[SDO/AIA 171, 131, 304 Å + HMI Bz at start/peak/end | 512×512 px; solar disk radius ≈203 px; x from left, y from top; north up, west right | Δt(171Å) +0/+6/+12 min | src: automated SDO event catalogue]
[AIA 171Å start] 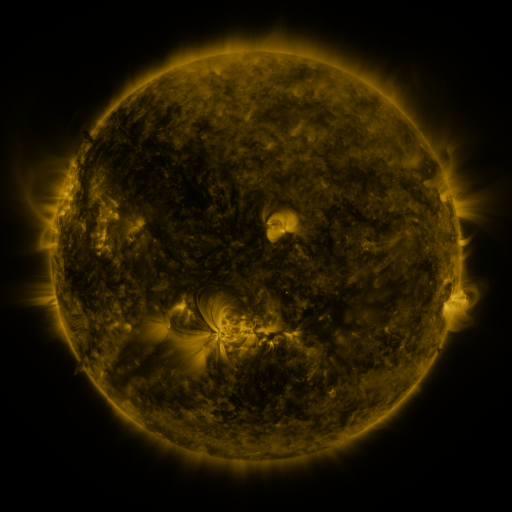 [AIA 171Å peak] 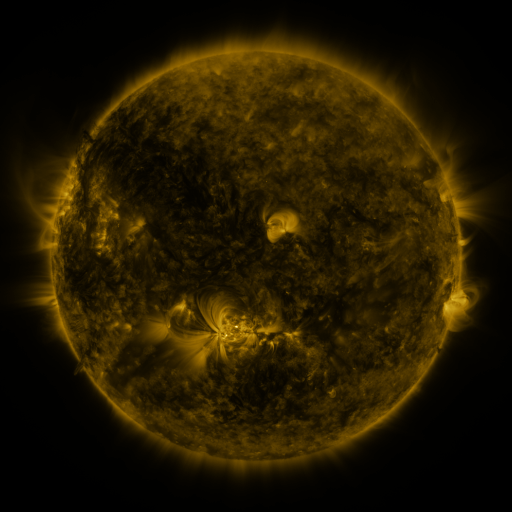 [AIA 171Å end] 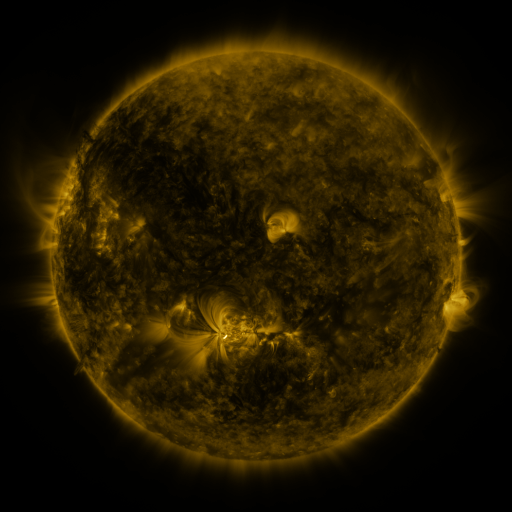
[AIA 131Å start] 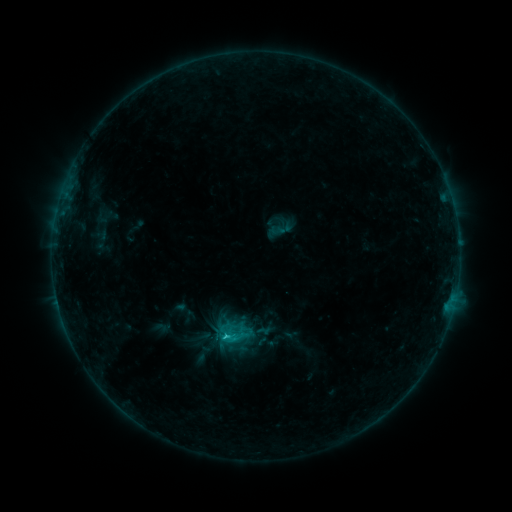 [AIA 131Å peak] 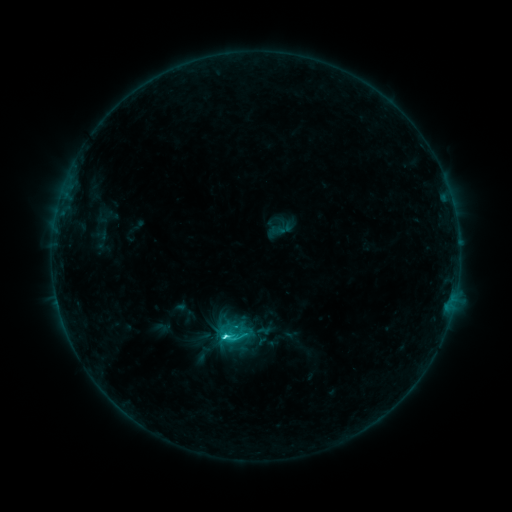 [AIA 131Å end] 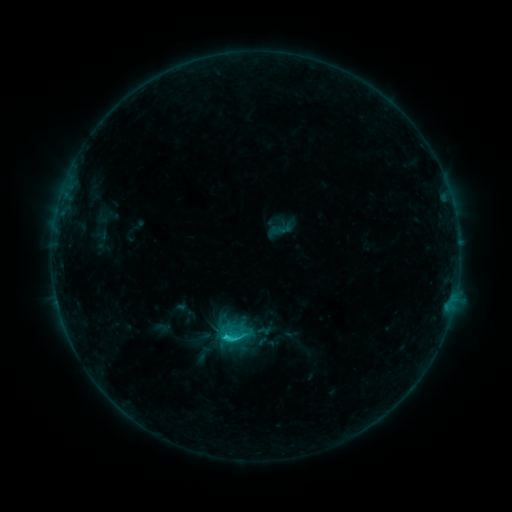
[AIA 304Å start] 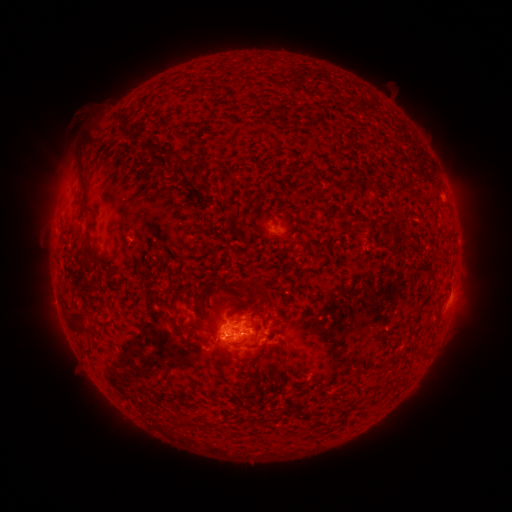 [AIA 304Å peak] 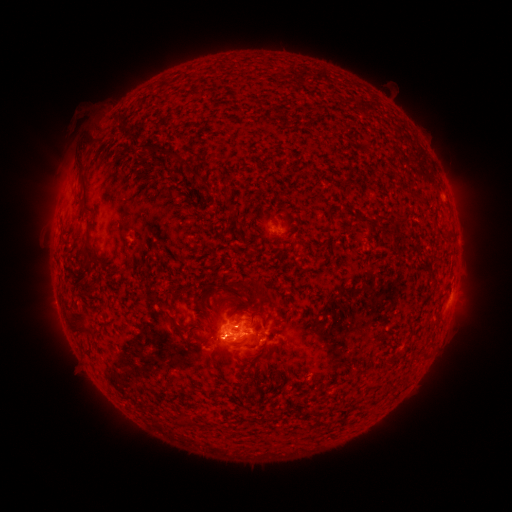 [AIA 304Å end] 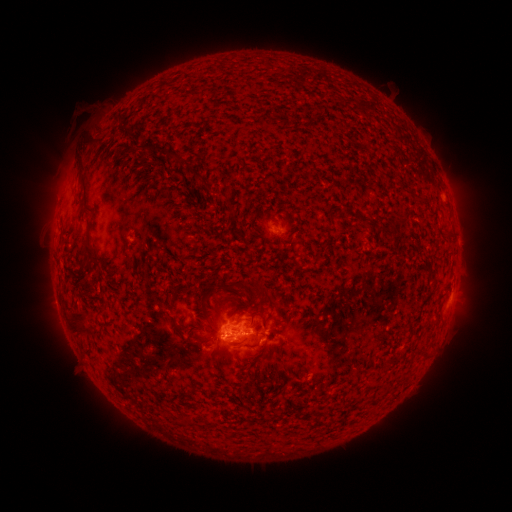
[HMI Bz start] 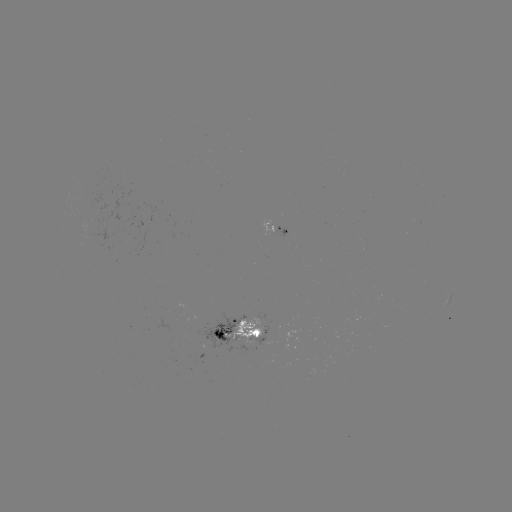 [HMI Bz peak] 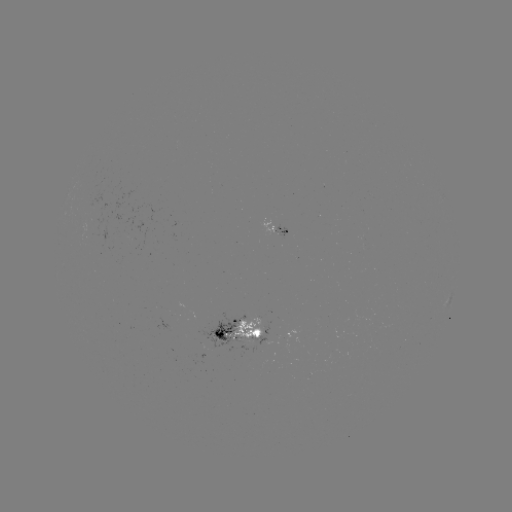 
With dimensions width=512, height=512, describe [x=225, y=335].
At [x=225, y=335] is C2.4 flare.